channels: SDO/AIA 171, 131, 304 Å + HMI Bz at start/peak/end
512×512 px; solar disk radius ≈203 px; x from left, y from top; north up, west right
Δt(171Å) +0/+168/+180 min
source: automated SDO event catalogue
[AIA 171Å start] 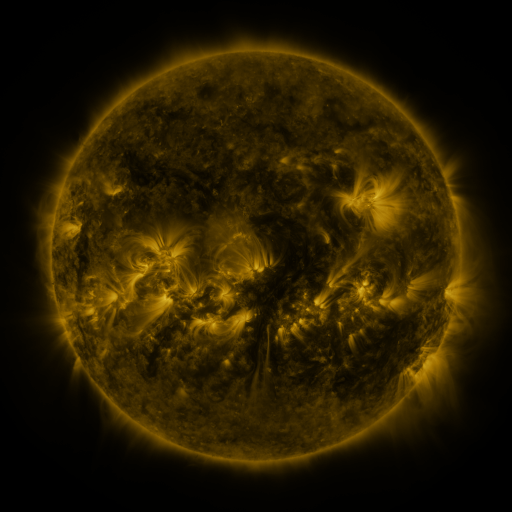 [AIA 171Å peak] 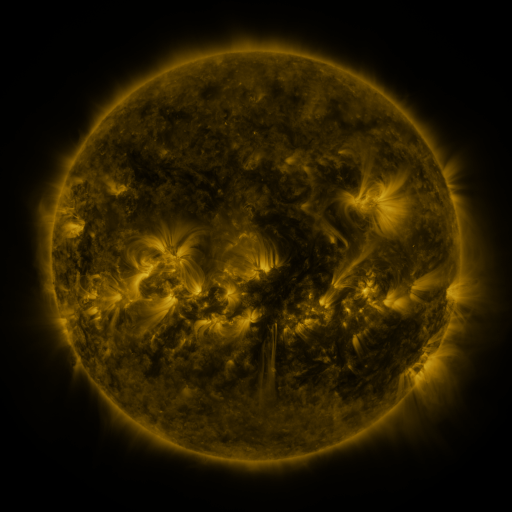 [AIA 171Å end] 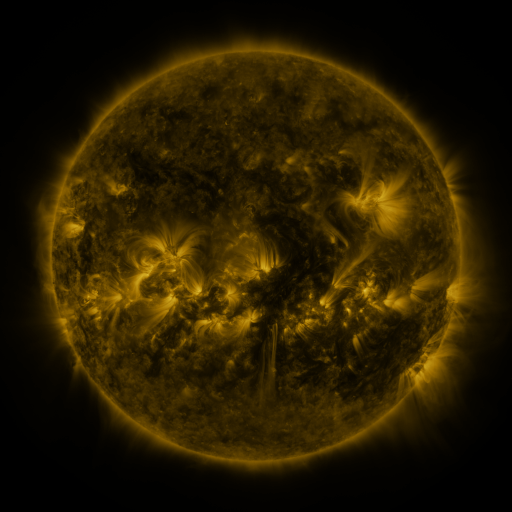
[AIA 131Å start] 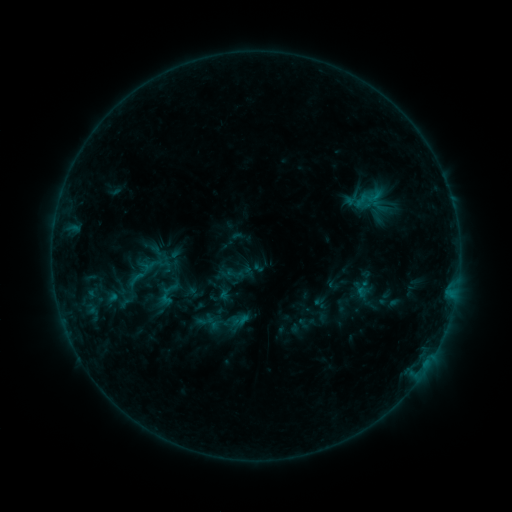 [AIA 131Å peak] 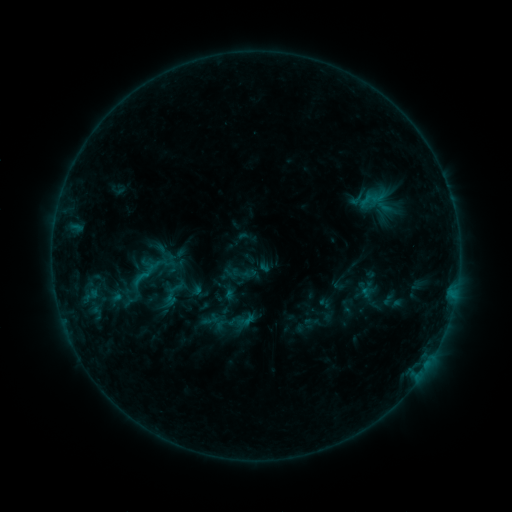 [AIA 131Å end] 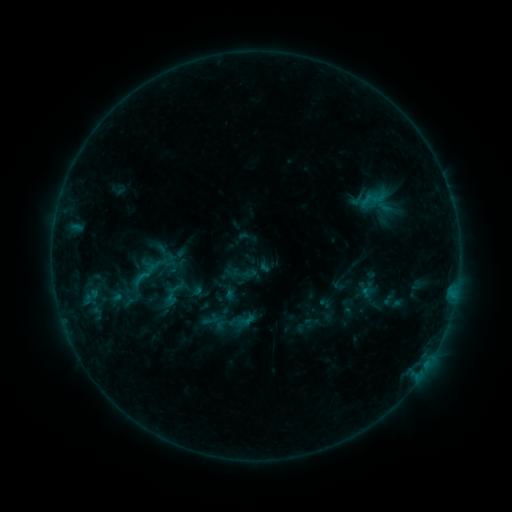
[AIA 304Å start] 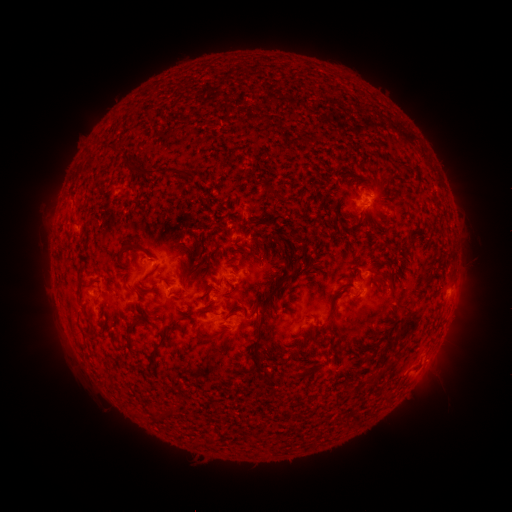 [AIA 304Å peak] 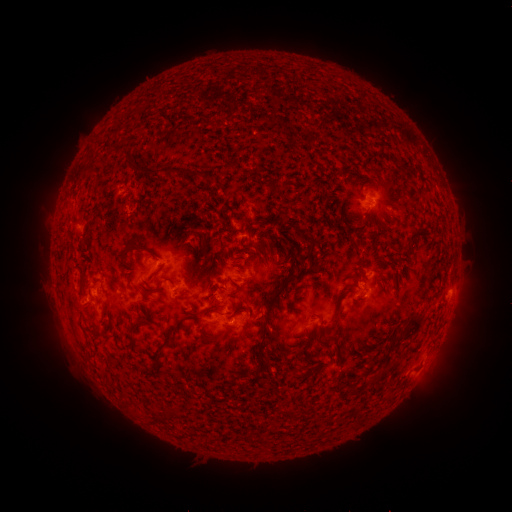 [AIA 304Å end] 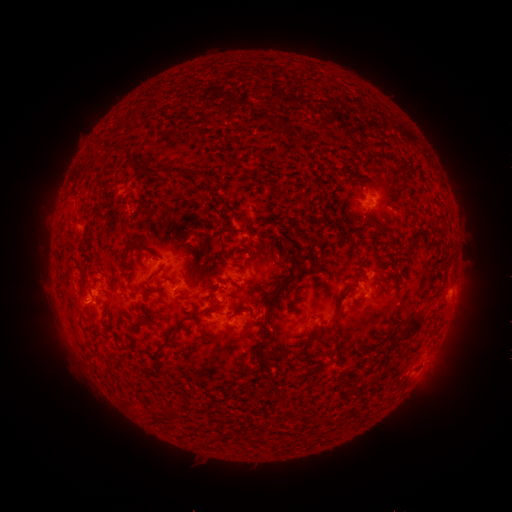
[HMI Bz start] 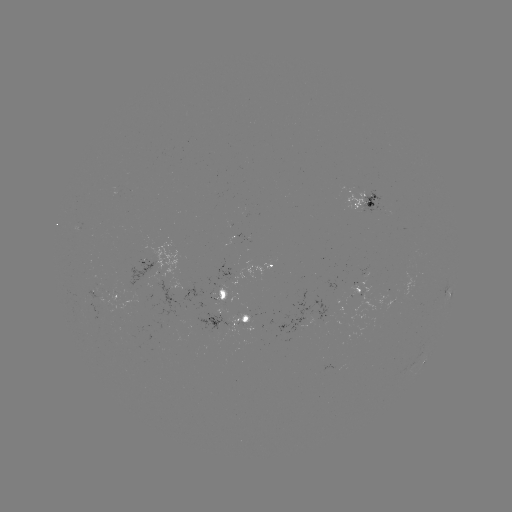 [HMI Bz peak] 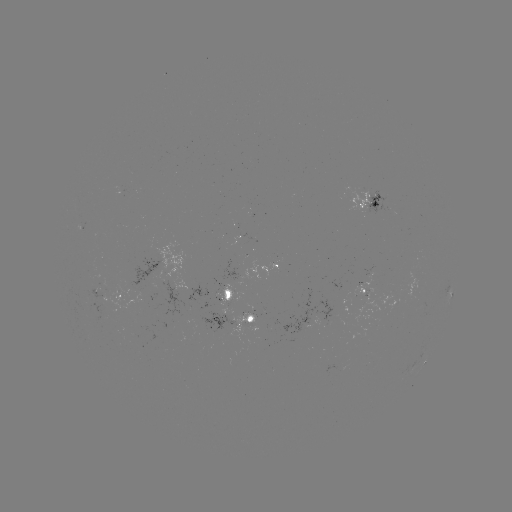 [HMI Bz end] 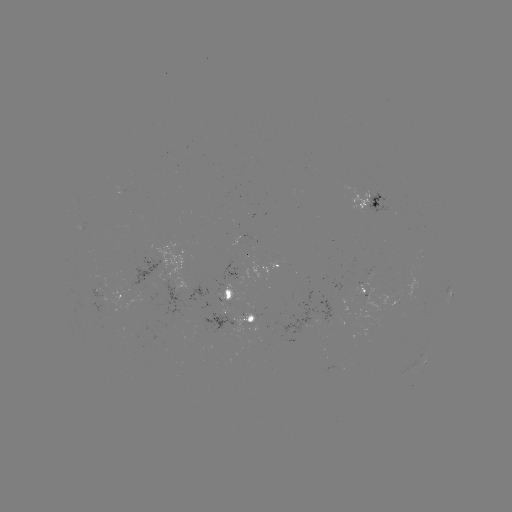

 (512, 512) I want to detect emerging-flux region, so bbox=[89, 290, 104, 299].